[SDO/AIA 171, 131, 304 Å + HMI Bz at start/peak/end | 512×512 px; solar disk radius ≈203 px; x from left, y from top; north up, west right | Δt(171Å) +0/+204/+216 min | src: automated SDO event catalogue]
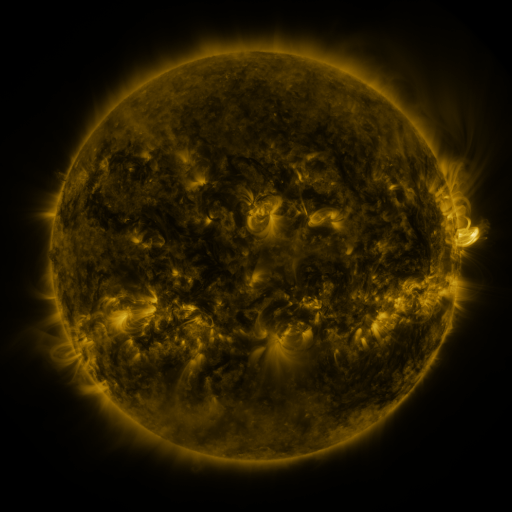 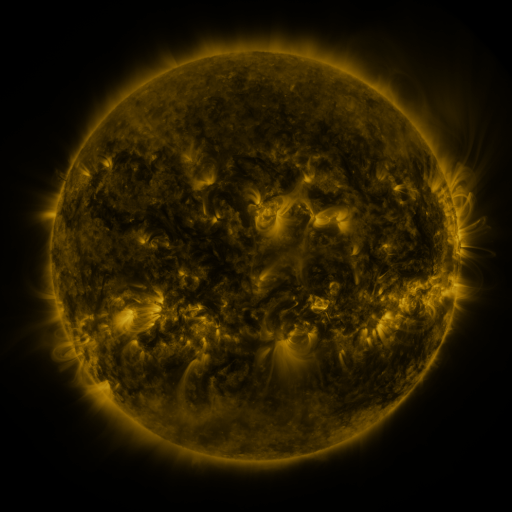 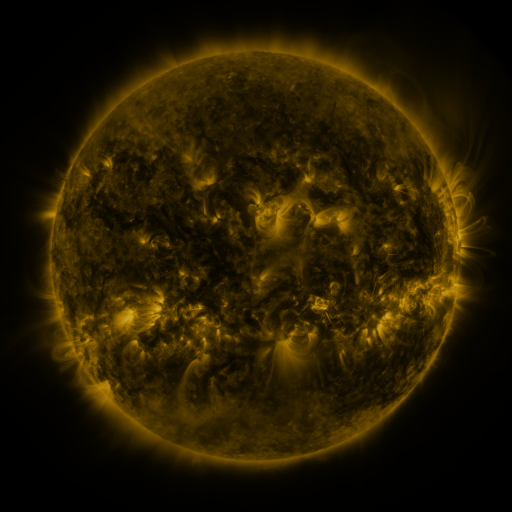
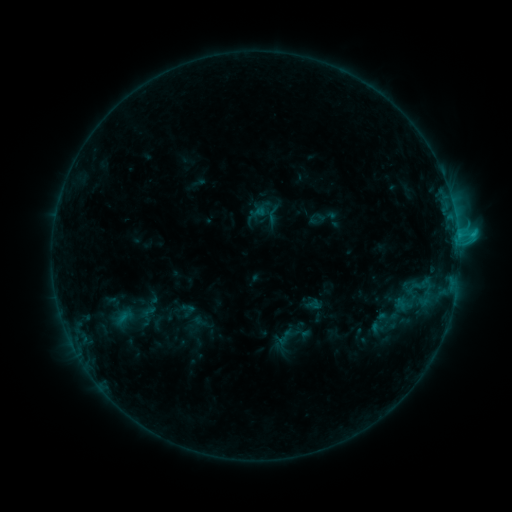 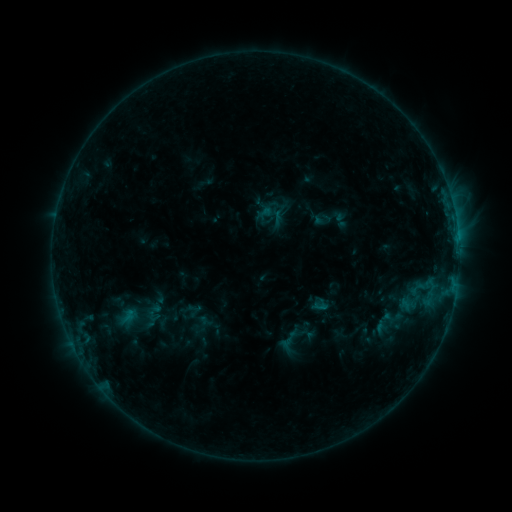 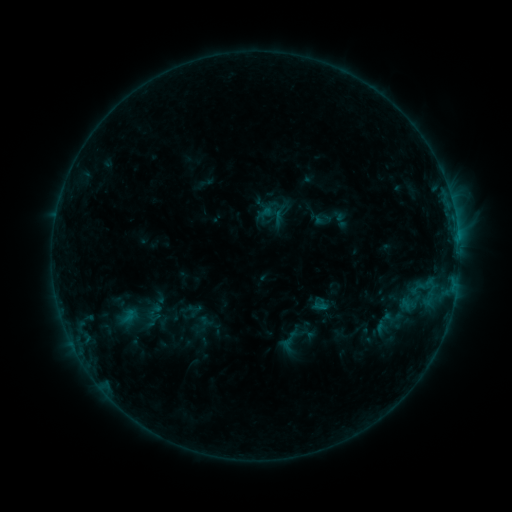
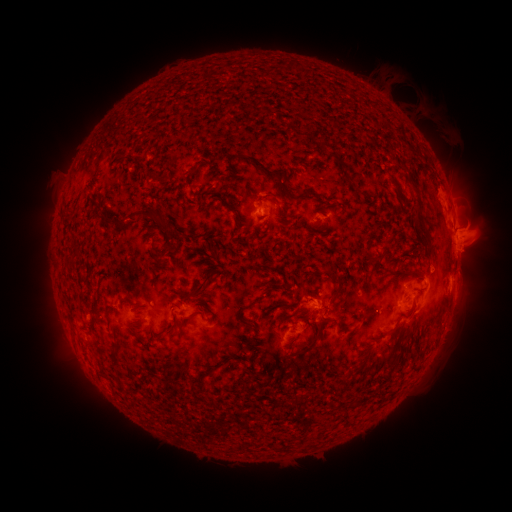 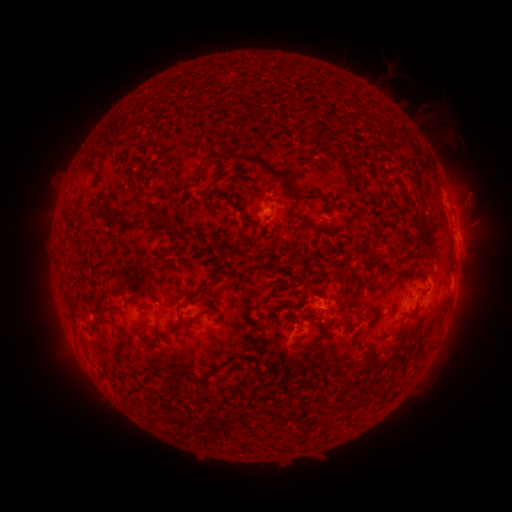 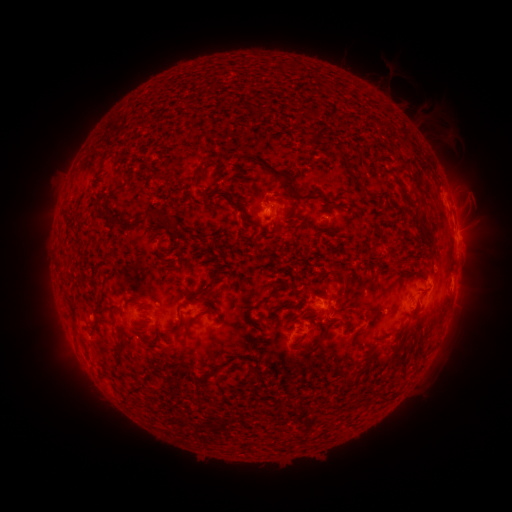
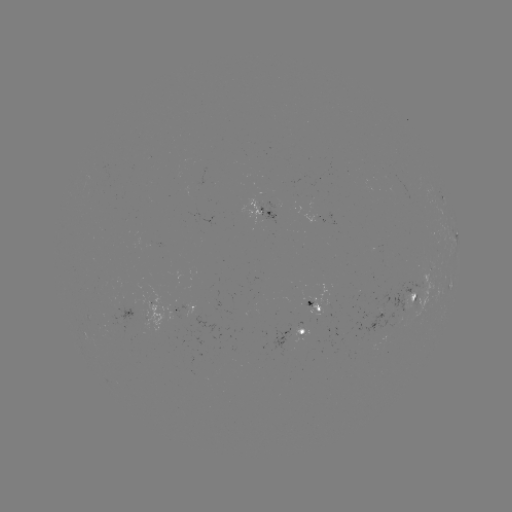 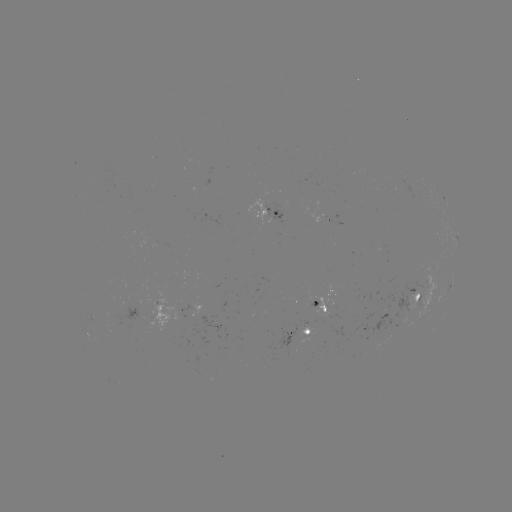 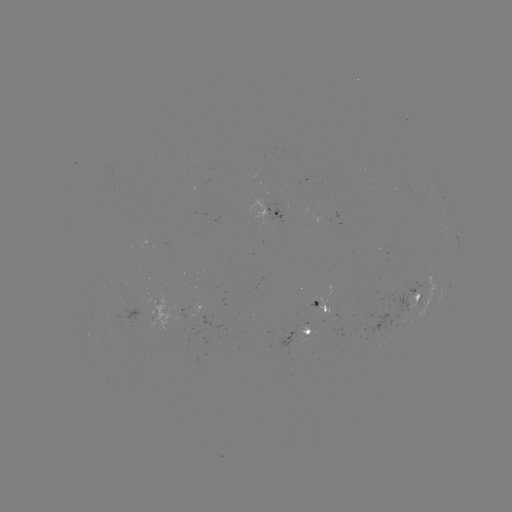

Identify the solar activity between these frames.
emerging-flux region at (317, 308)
